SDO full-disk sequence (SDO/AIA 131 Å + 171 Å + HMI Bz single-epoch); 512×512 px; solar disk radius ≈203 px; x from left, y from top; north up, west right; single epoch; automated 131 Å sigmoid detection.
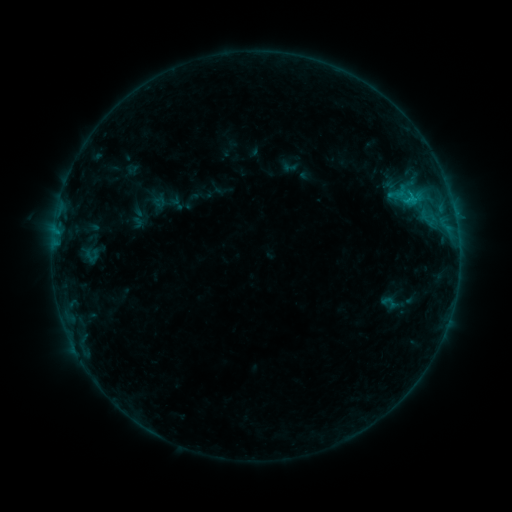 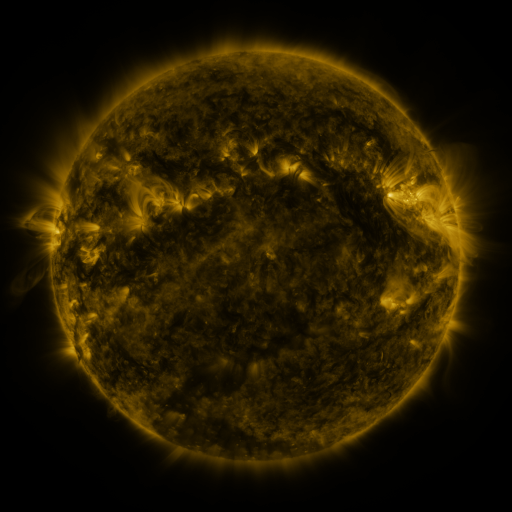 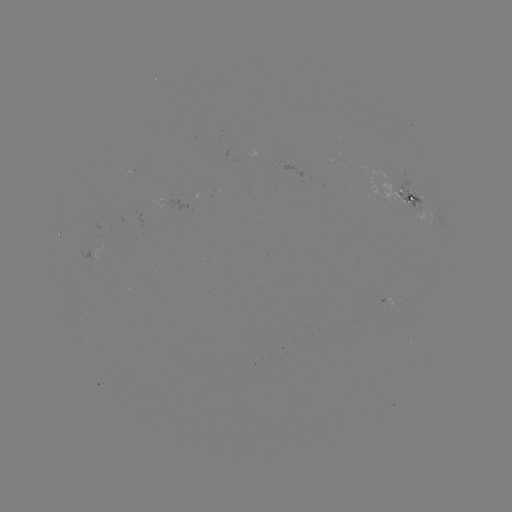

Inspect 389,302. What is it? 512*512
sigmoid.